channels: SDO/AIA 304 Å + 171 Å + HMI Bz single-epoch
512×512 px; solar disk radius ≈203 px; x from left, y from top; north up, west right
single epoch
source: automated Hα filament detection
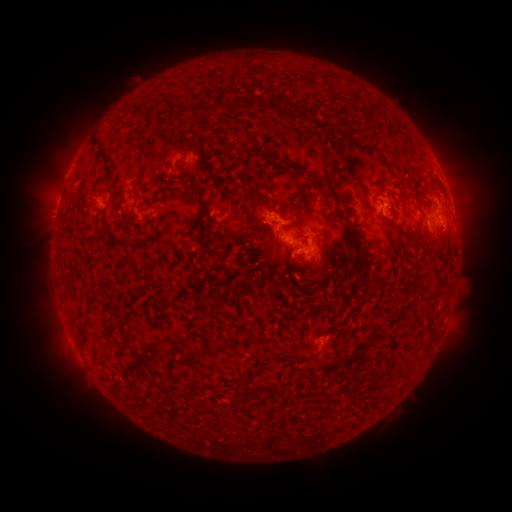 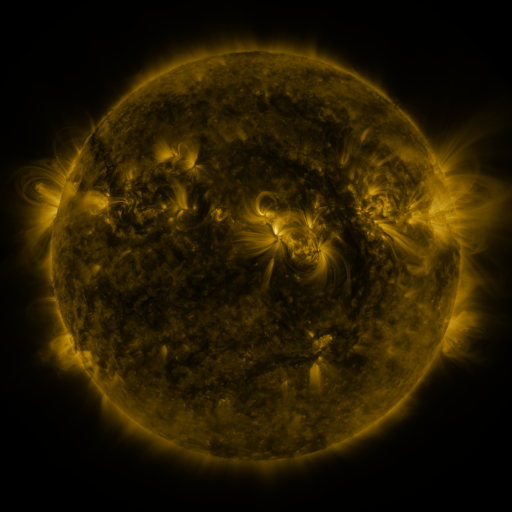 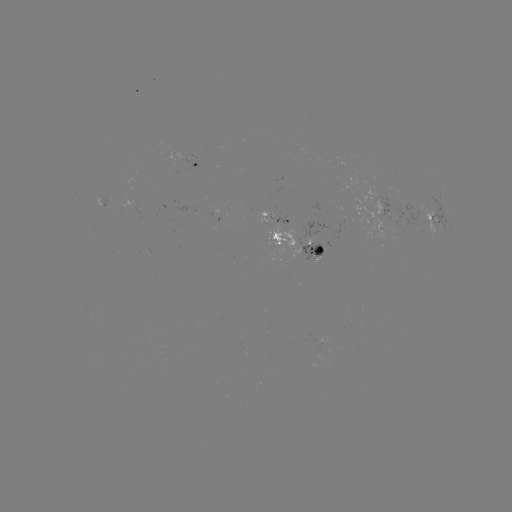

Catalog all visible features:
filament: (254, 104)
filament: (321, 187)
filament: (355, 231)
filament: (403, 234)
filament: (311, 266)
filament: (82, 329)
filament: (208, 349)
